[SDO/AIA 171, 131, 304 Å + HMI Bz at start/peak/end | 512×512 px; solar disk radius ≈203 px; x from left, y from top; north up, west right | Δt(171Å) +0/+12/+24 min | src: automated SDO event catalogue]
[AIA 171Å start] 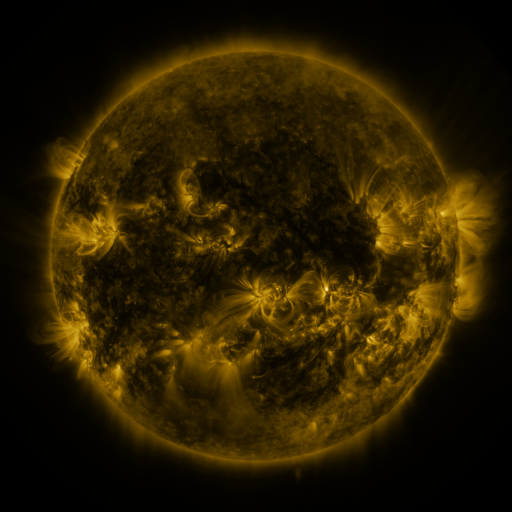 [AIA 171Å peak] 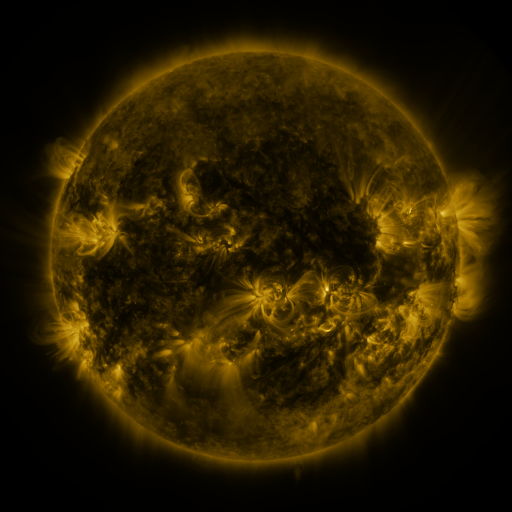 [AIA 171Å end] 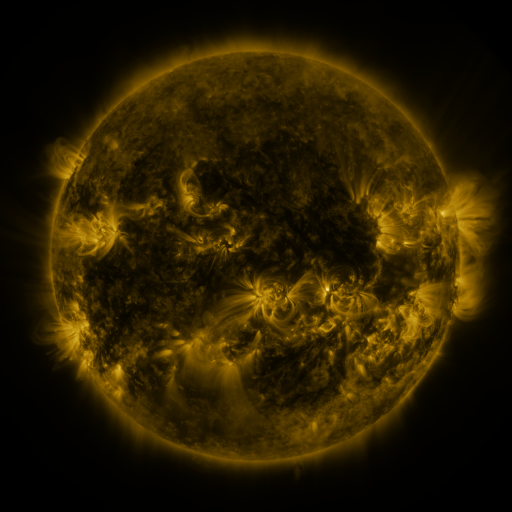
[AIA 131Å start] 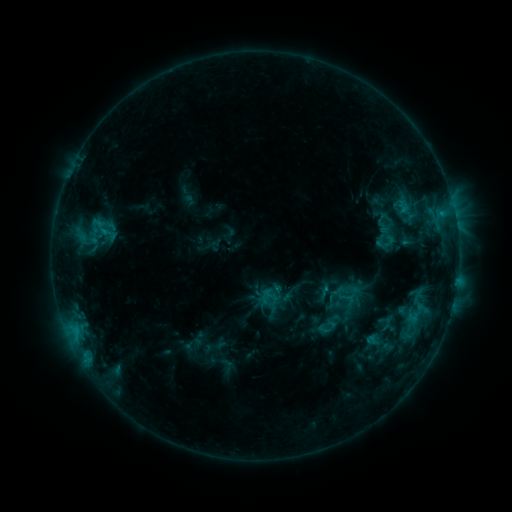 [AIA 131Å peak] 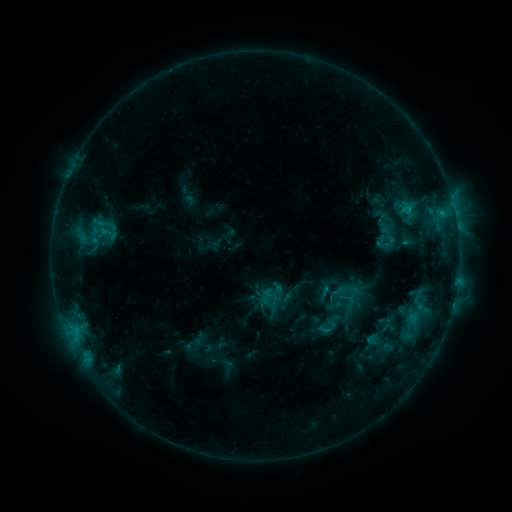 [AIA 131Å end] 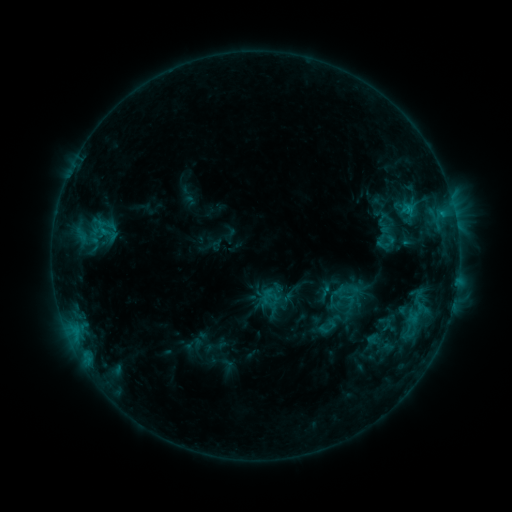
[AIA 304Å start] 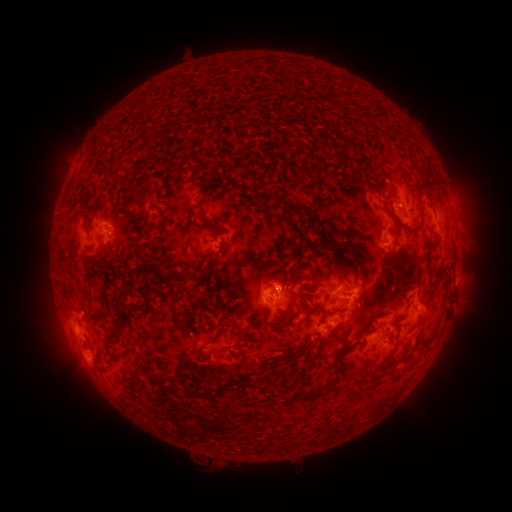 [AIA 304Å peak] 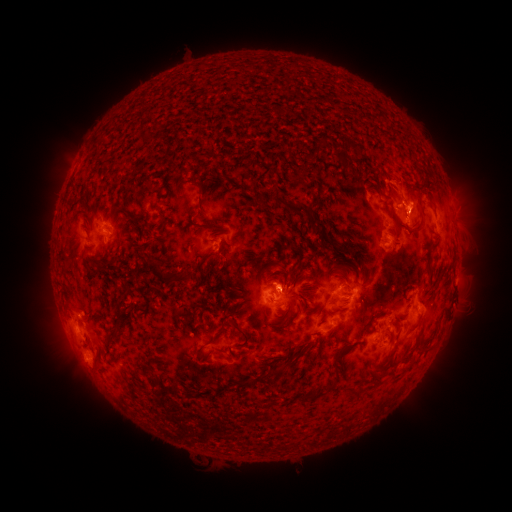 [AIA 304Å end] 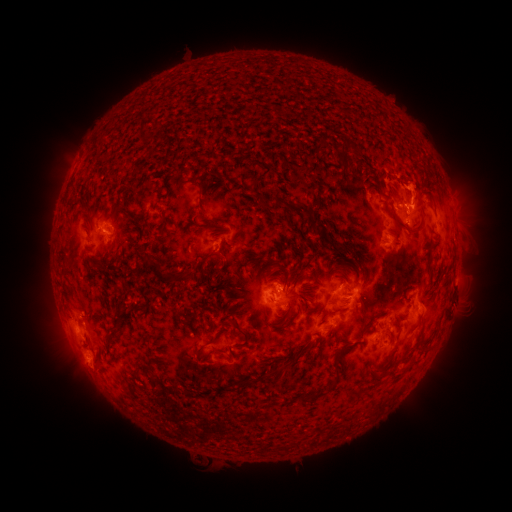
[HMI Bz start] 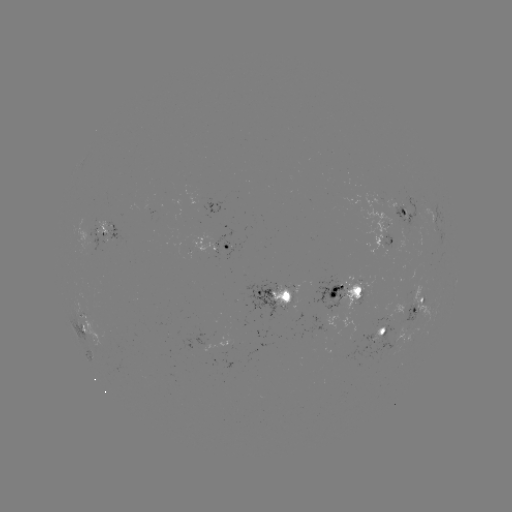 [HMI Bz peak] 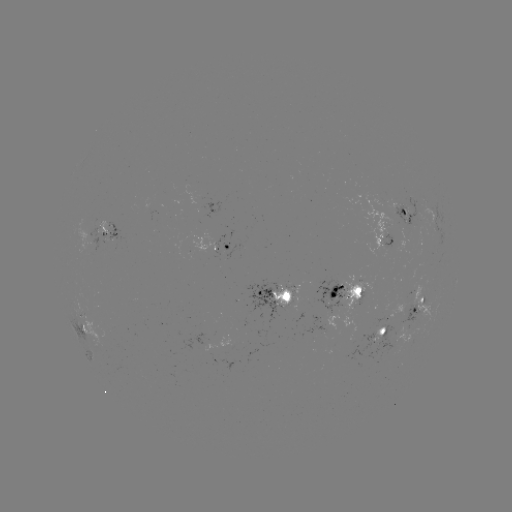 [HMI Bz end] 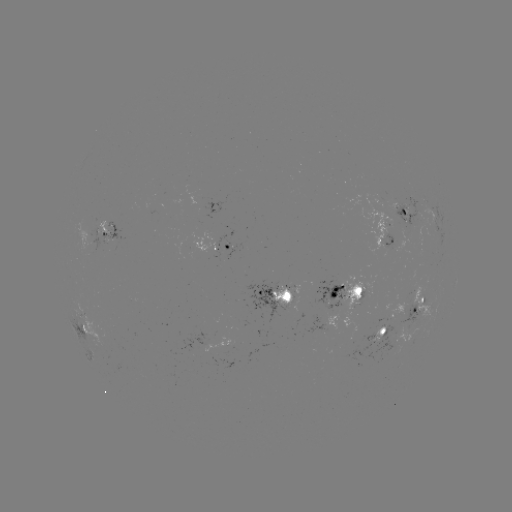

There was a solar eruption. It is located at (407, 189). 